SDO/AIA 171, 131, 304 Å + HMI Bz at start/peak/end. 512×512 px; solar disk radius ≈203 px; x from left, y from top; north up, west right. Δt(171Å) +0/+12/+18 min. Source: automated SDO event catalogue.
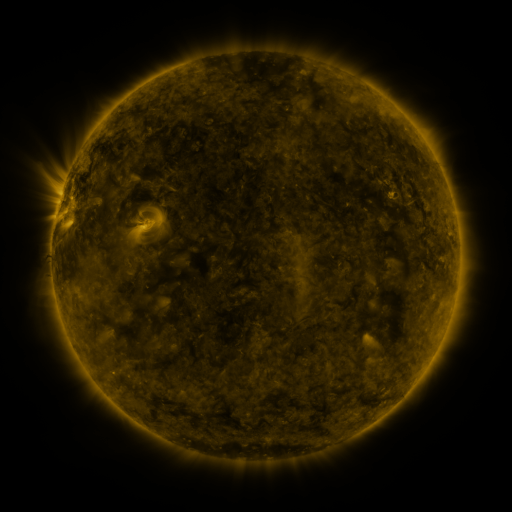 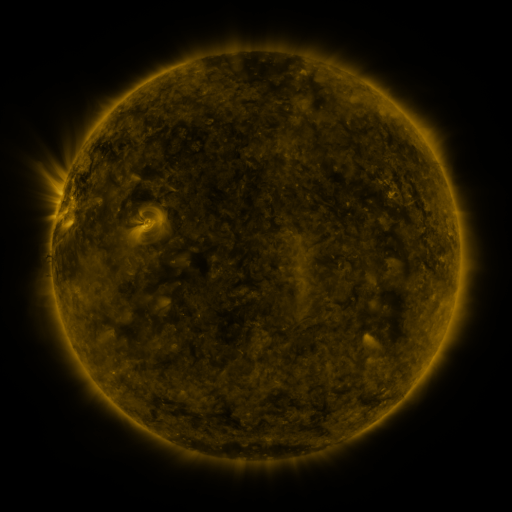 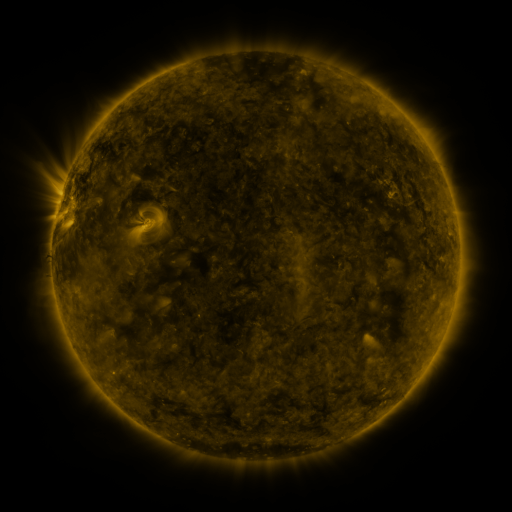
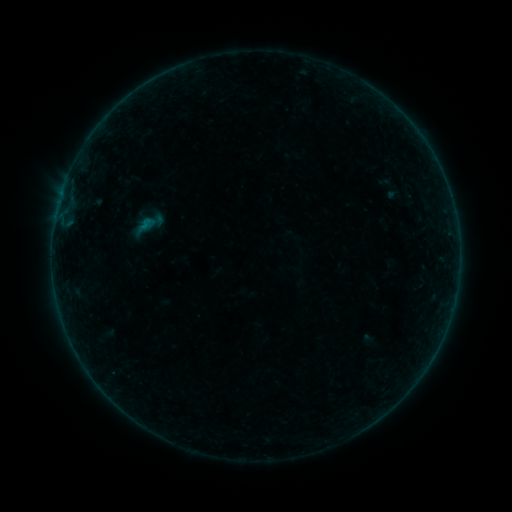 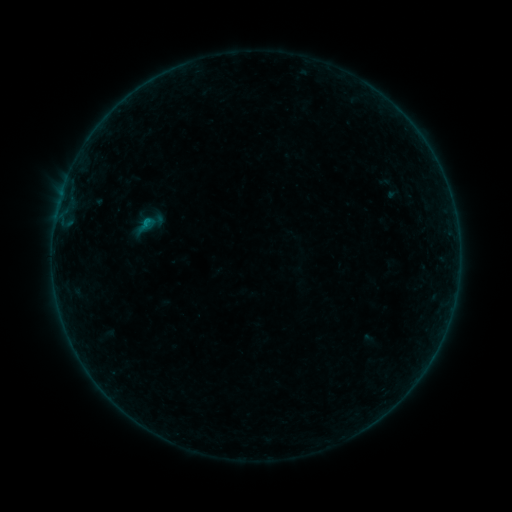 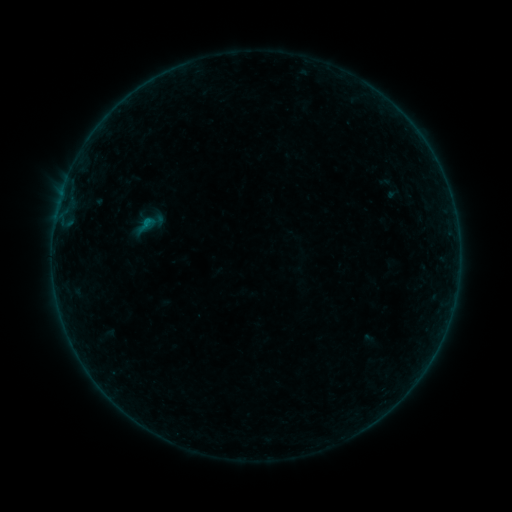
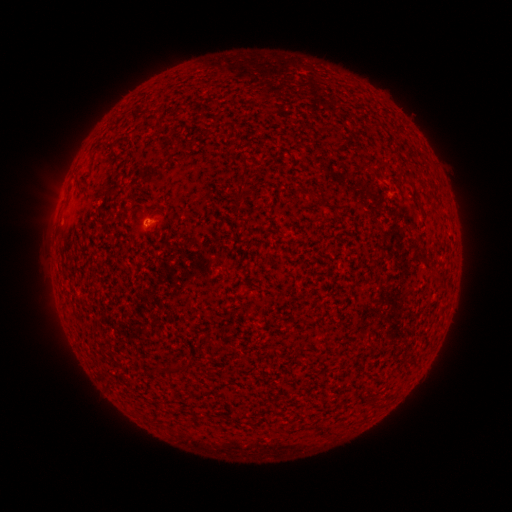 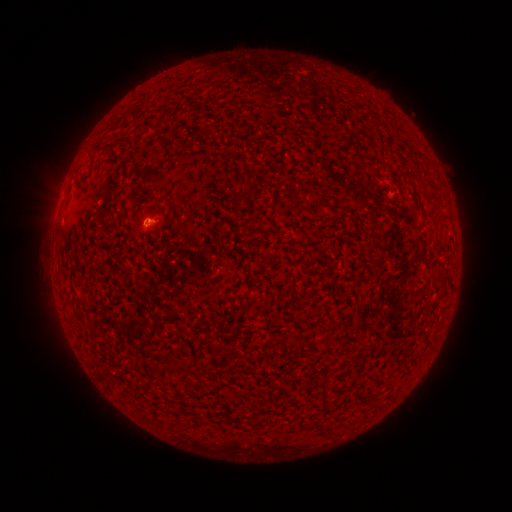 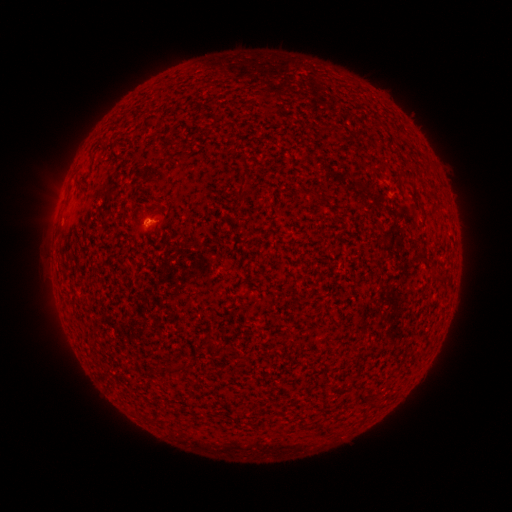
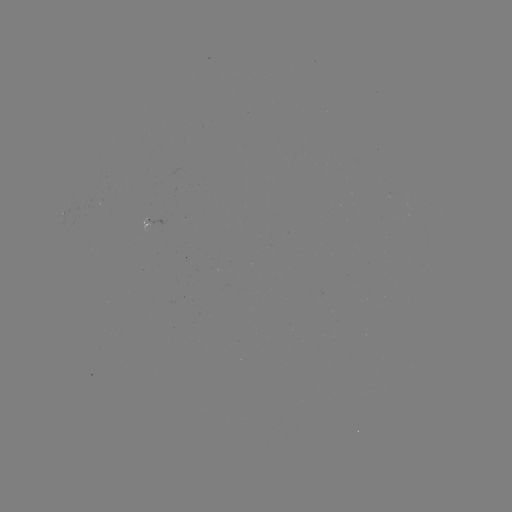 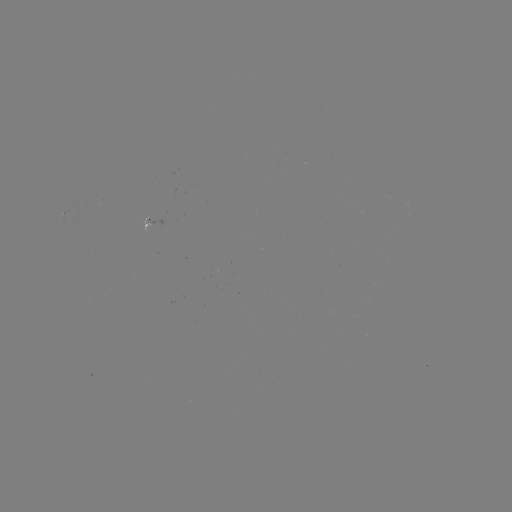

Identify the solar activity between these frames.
B2.2 flare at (145, 223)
